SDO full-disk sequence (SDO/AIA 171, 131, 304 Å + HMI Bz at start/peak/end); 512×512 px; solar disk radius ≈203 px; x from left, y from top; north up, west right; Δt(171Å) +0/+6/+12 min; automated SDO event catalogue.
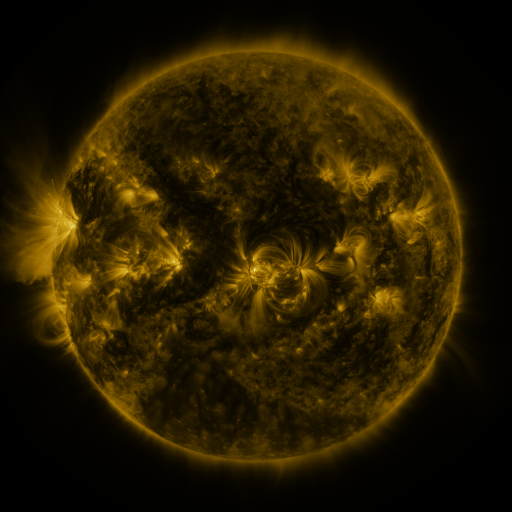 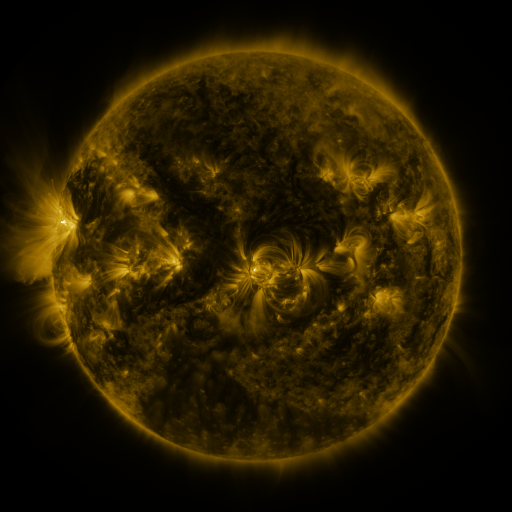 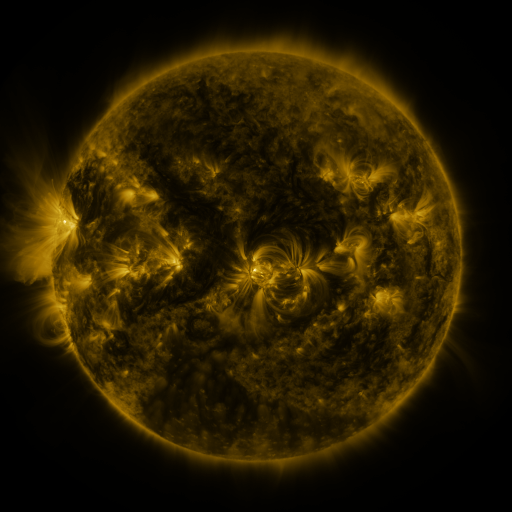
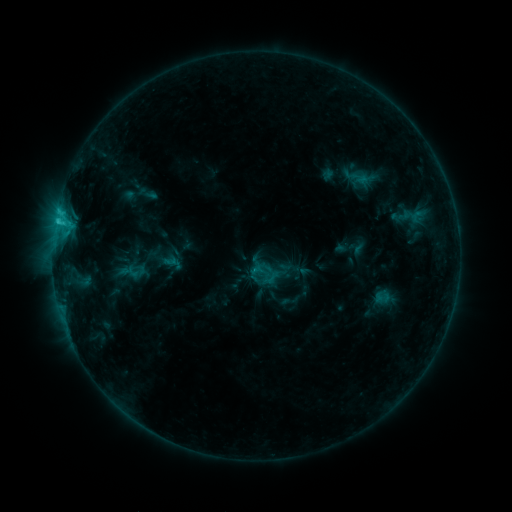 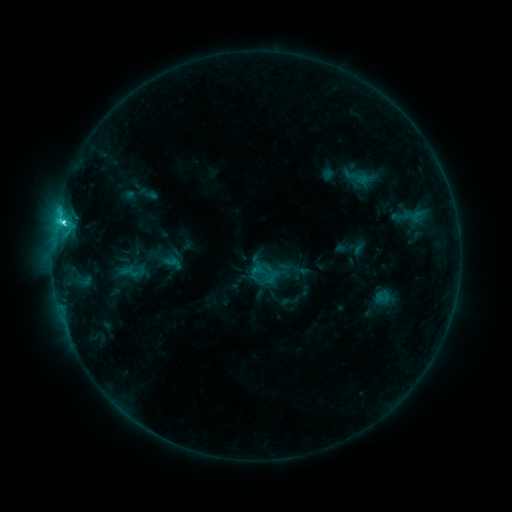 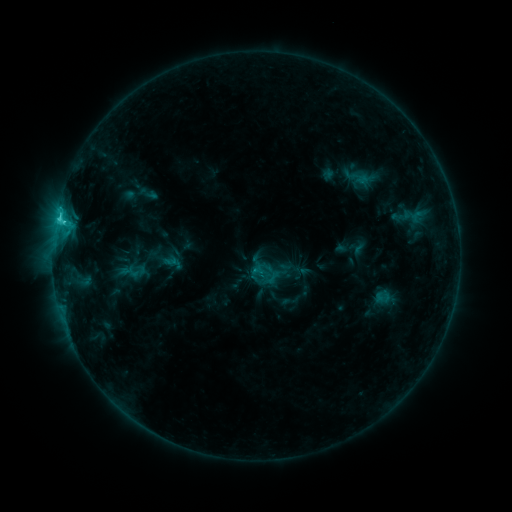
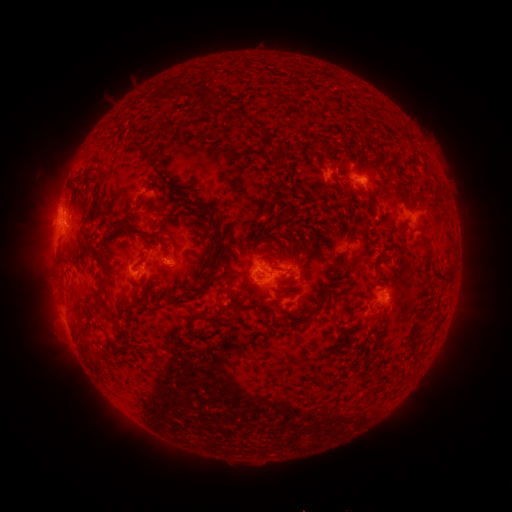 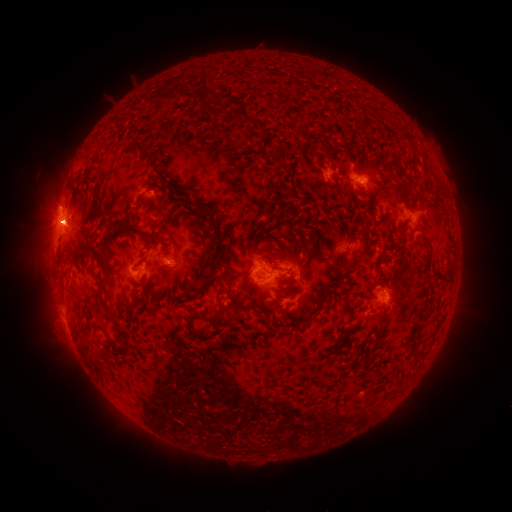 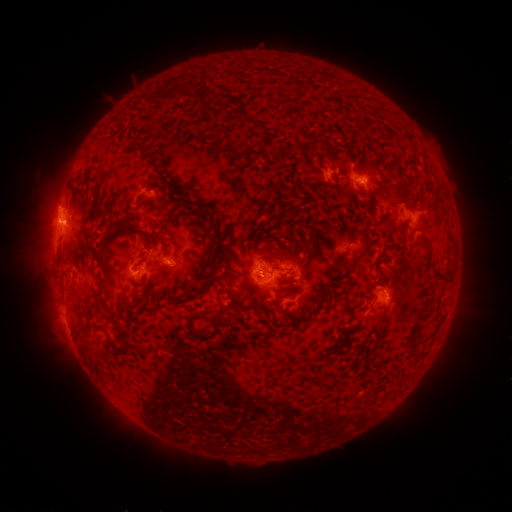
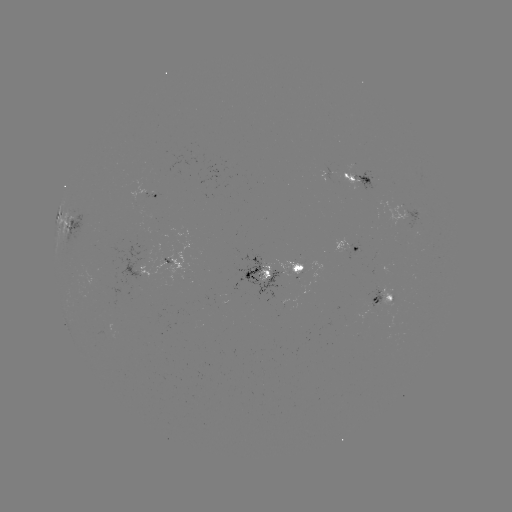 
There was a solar eruption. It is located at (50, 225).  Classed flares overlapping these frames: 1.